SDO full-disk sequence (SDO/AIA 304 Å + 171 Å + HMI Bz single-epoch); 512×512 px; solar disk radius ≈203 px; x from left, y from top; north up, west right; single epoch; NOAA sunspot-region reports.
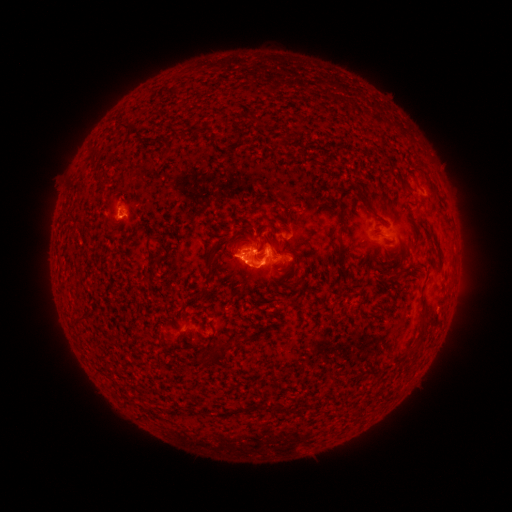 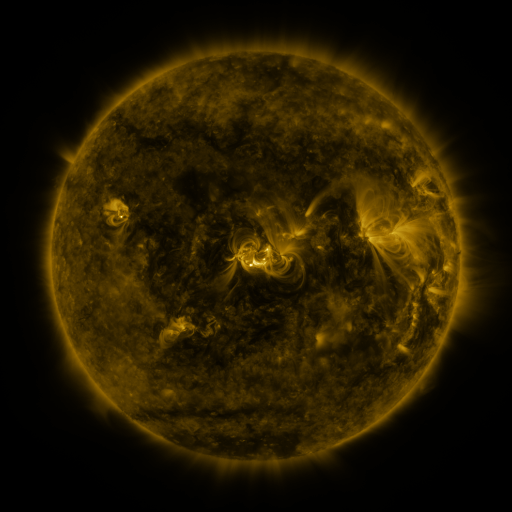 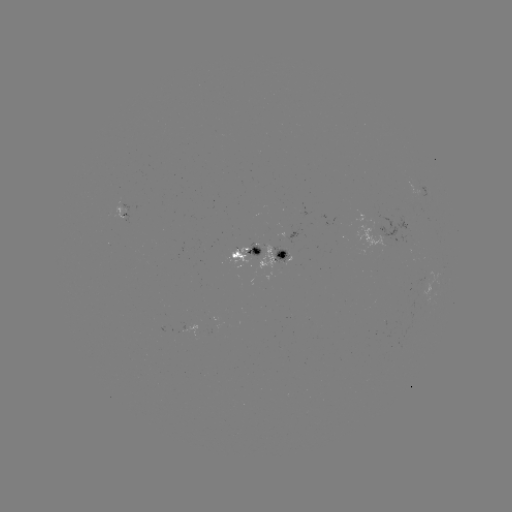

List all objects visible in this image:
spotted active region: (248, 254)
spotted active region: (284, 254)
spotted active region: (221, 317)
